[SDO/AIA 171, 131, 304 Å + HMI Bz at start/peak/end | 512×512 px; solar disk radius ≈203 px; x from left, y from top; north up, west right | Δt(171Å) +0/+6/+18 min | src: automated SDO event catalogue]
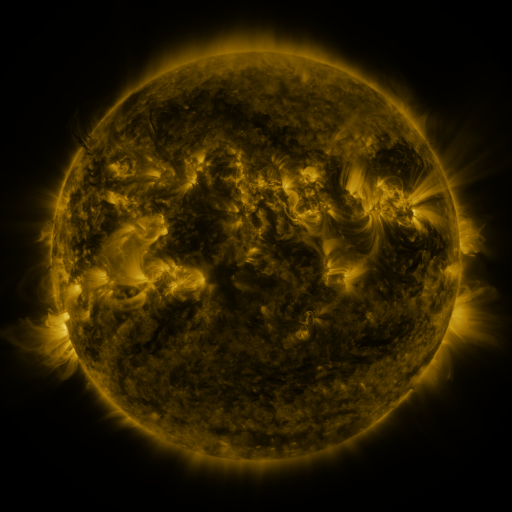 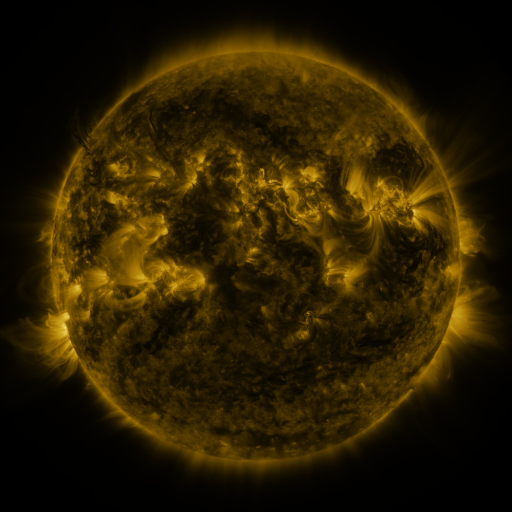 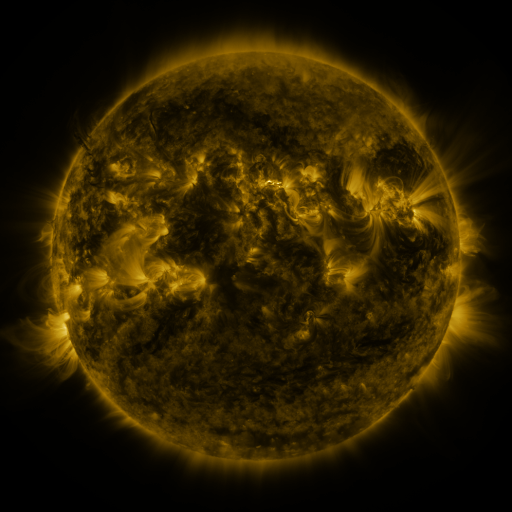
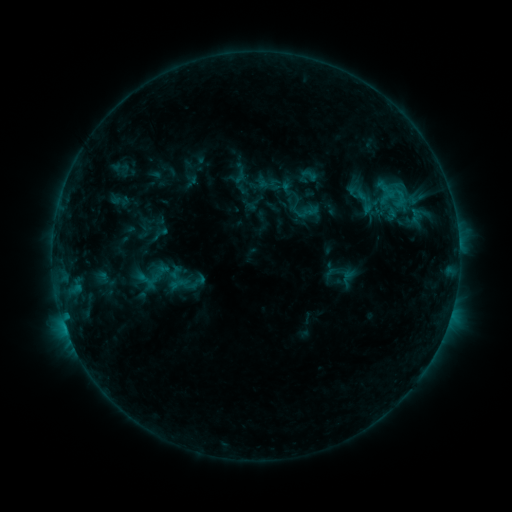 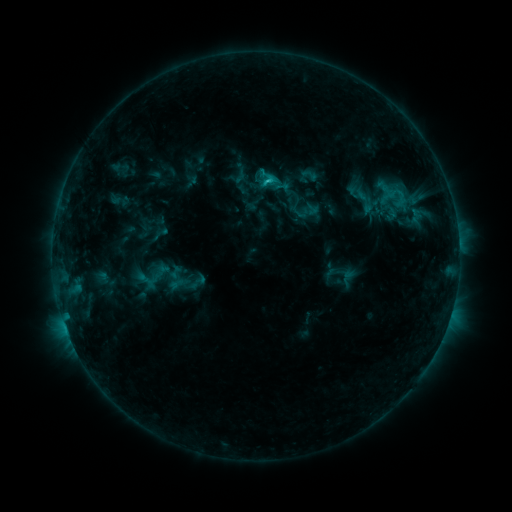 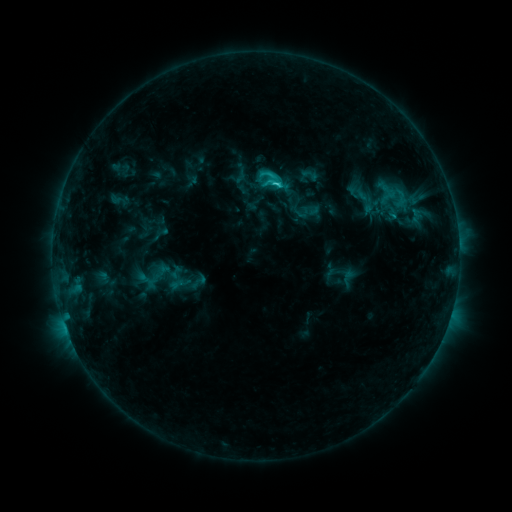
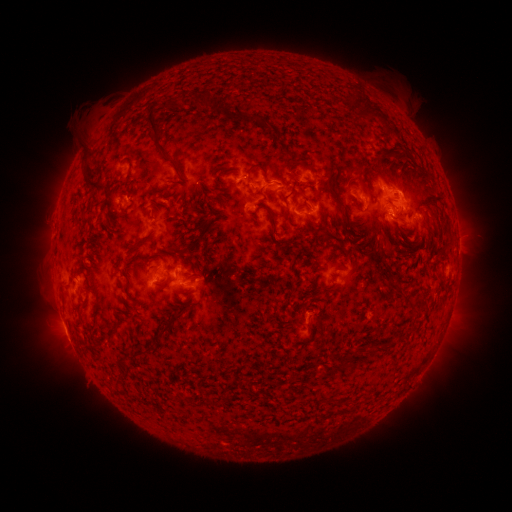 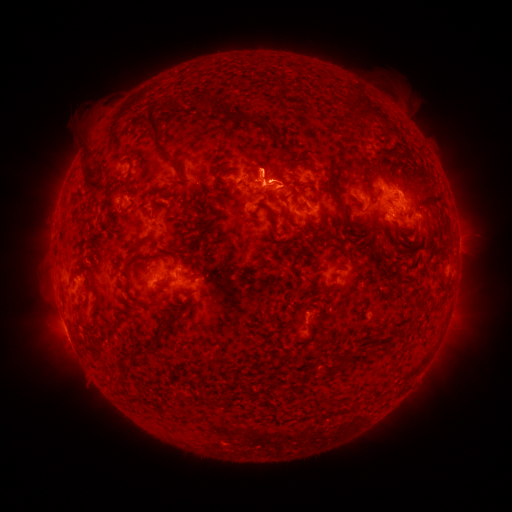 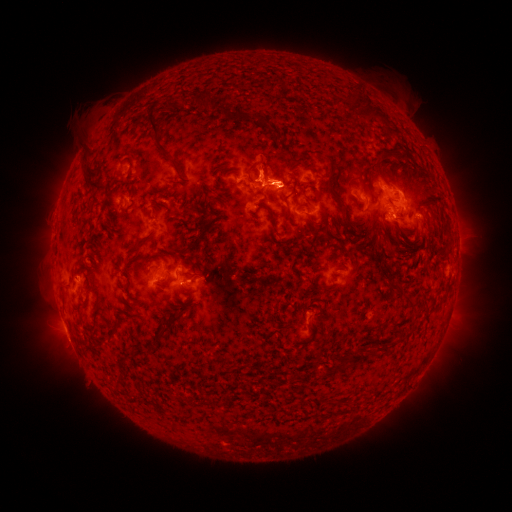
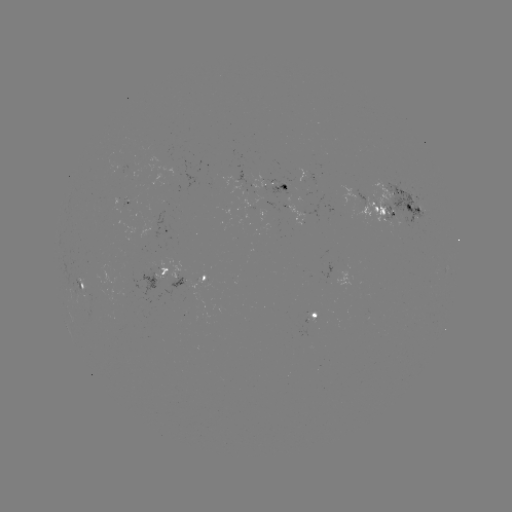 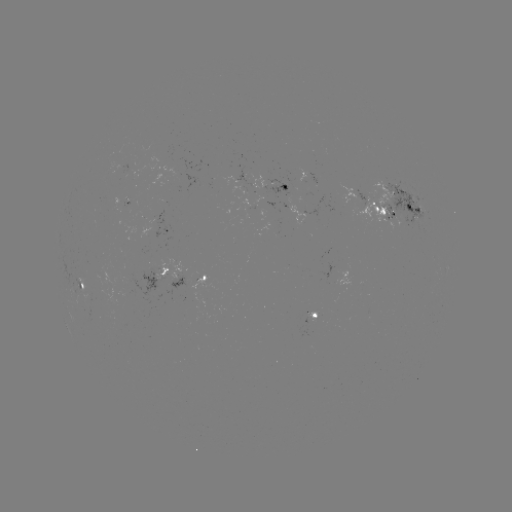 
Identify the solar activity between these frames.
eruption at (263, 162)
